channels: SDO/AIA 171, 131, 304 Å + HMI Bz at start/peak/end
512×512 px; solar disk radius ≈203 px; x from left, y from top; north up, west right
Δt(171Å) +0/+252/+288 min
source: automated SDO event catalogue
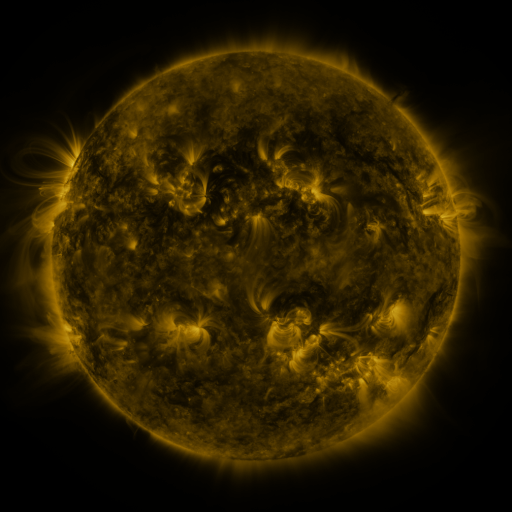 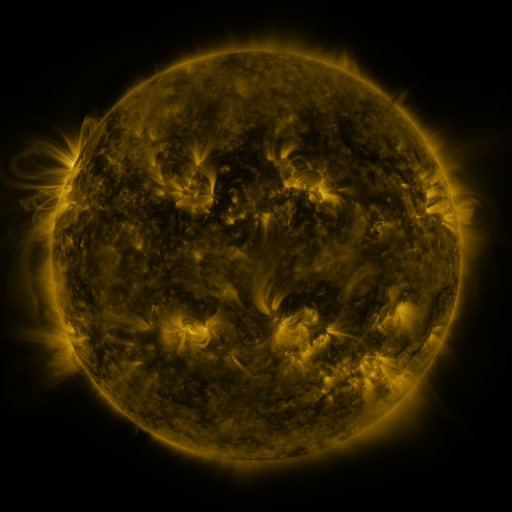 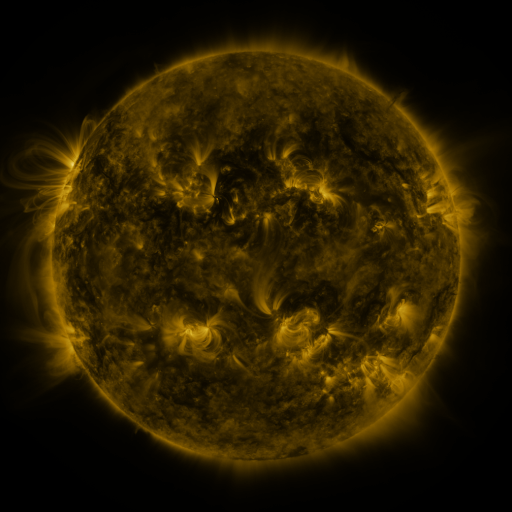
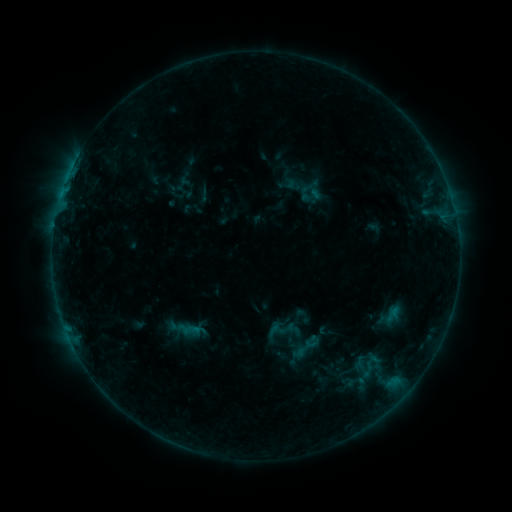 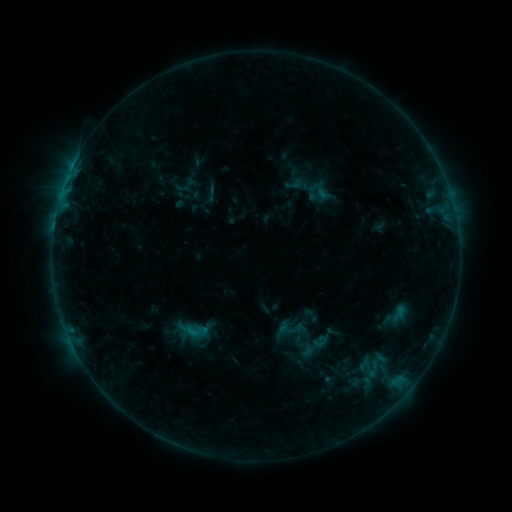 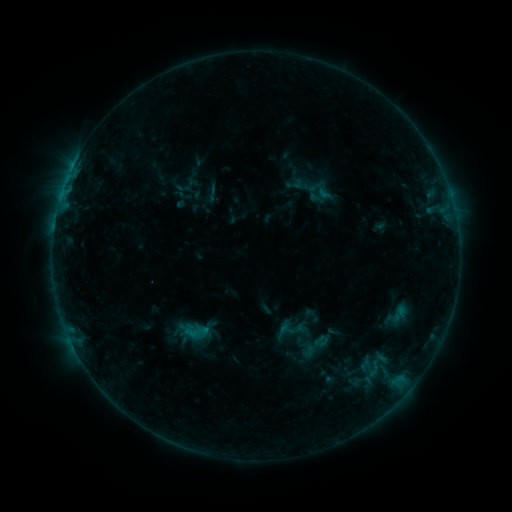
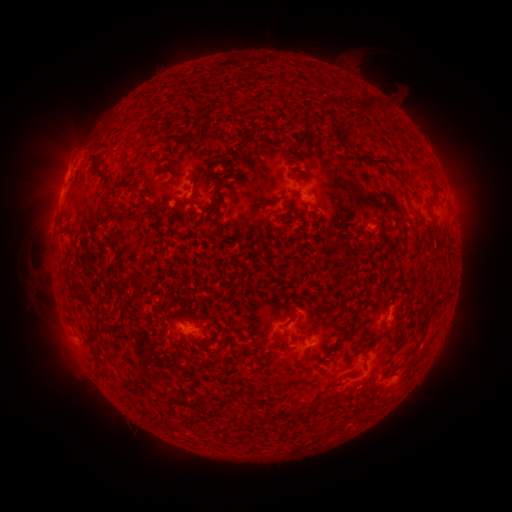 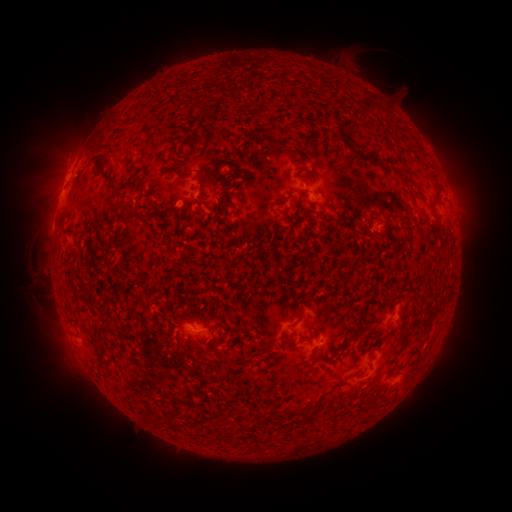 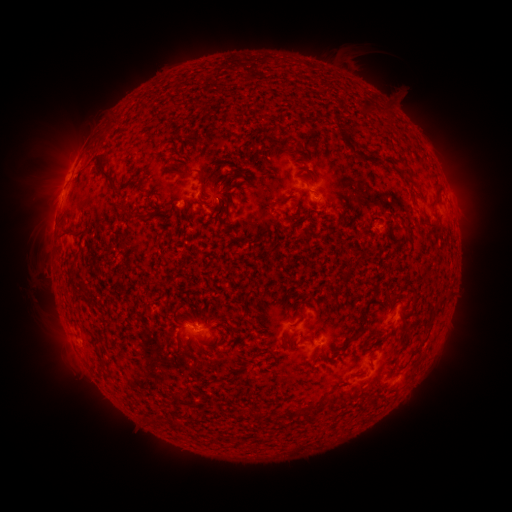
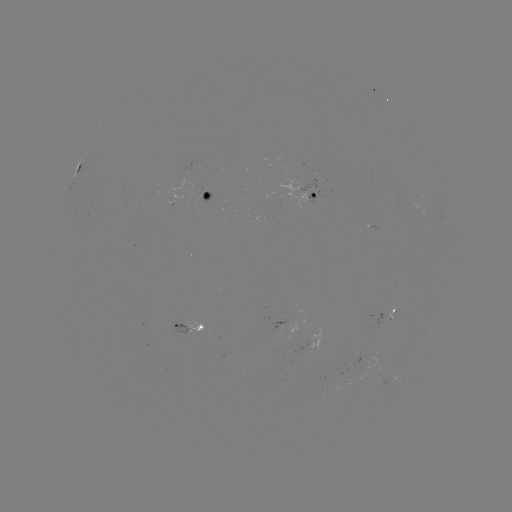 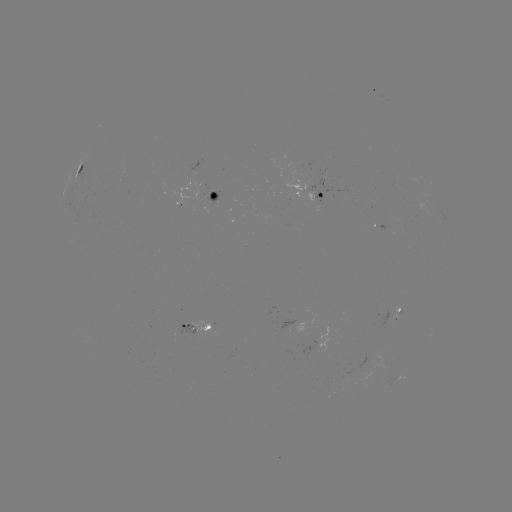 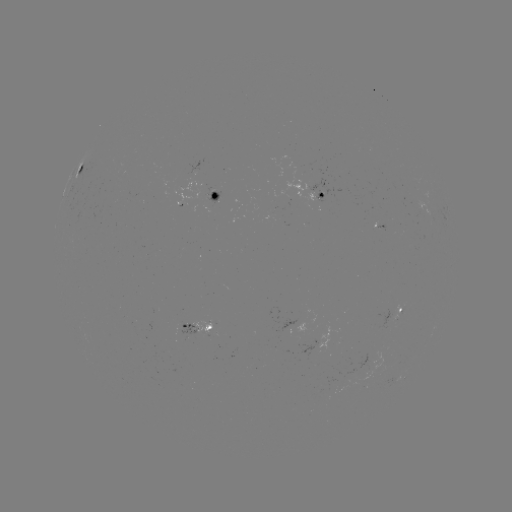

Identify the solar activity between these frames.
emerging-flux region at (212, 194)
